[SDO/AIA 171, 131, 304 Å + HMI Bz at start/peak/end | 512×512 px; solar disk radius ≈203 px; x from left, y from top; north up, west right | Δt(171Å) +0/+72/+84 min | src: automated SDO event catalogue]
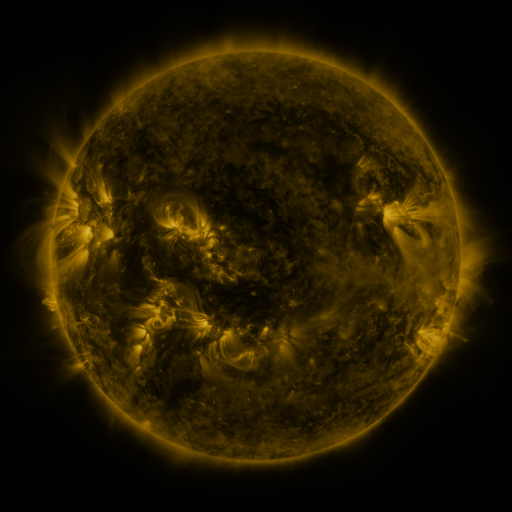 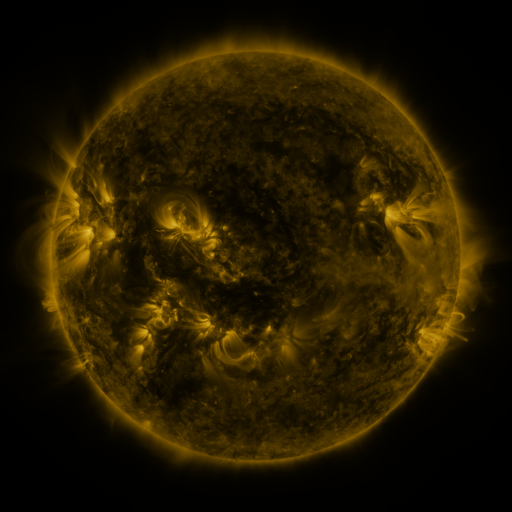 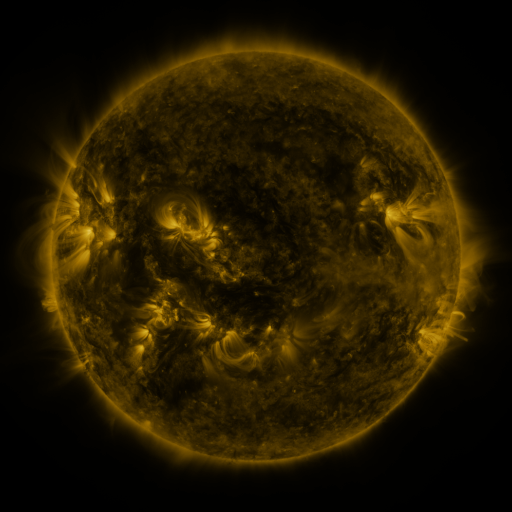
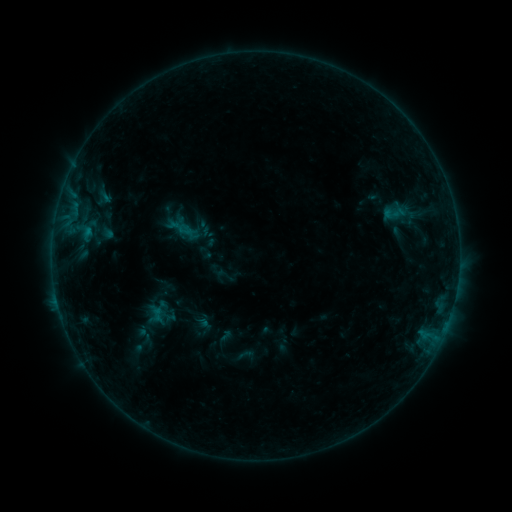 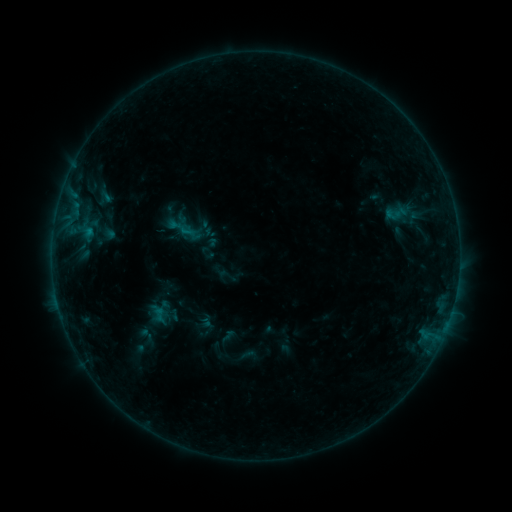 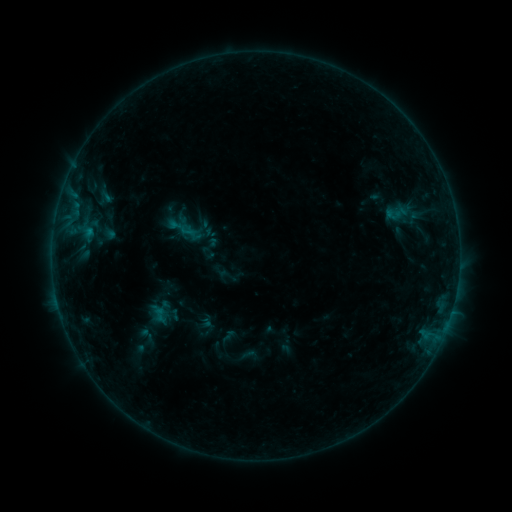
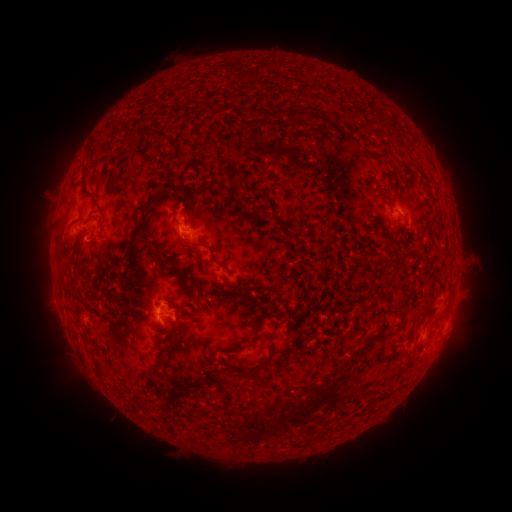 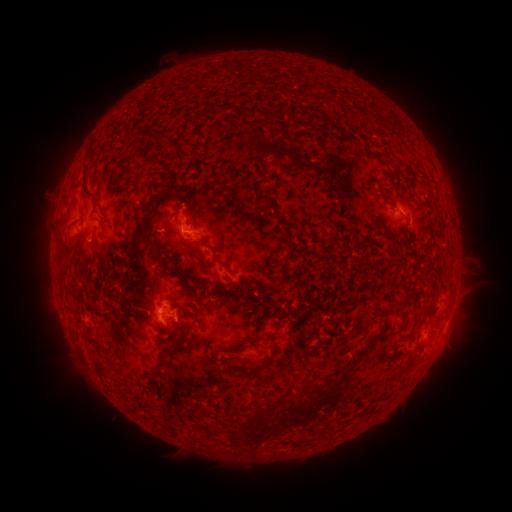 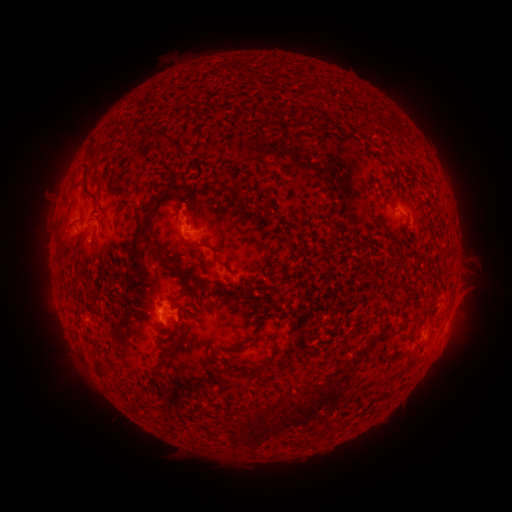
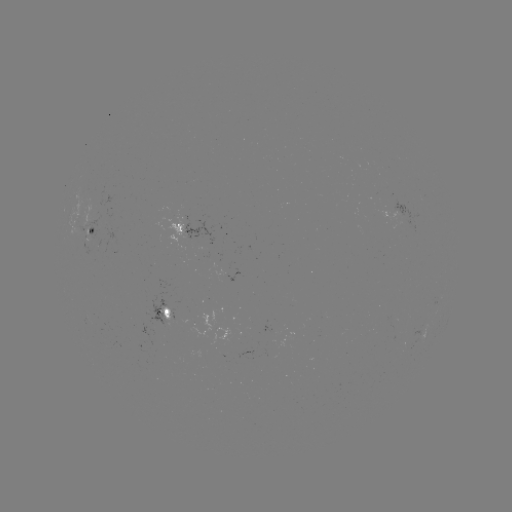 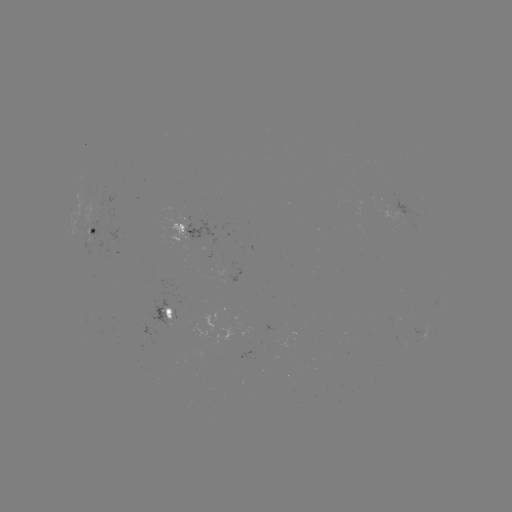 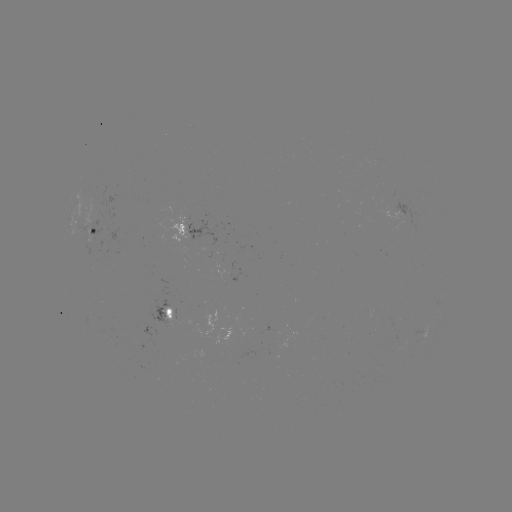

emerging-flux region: [161, 215, 188, 240]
